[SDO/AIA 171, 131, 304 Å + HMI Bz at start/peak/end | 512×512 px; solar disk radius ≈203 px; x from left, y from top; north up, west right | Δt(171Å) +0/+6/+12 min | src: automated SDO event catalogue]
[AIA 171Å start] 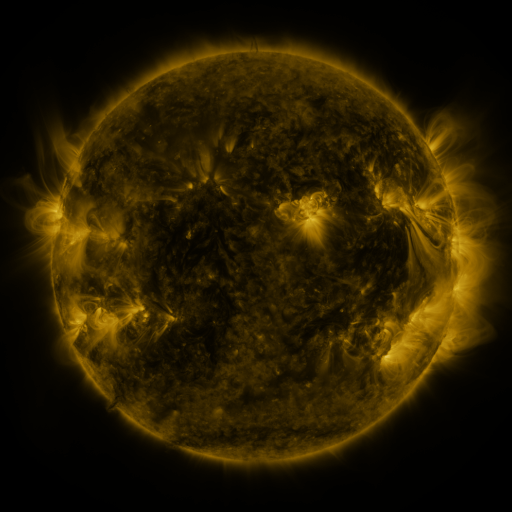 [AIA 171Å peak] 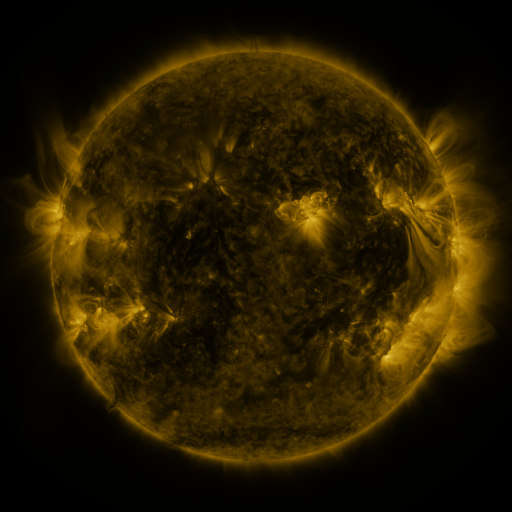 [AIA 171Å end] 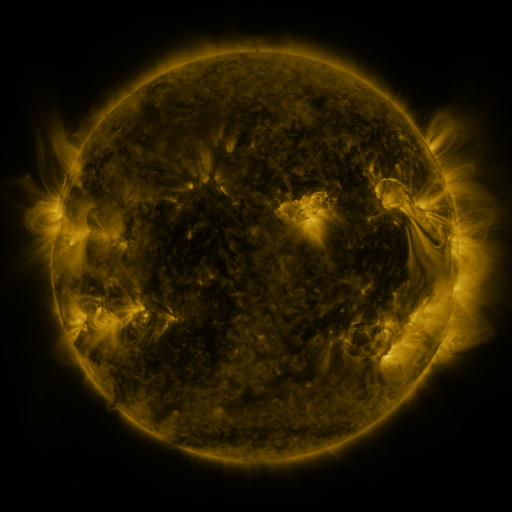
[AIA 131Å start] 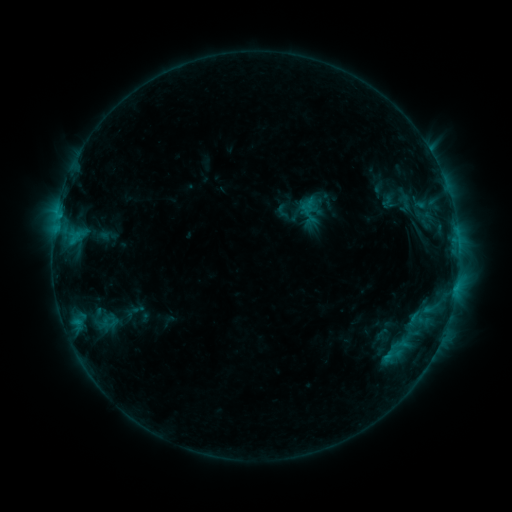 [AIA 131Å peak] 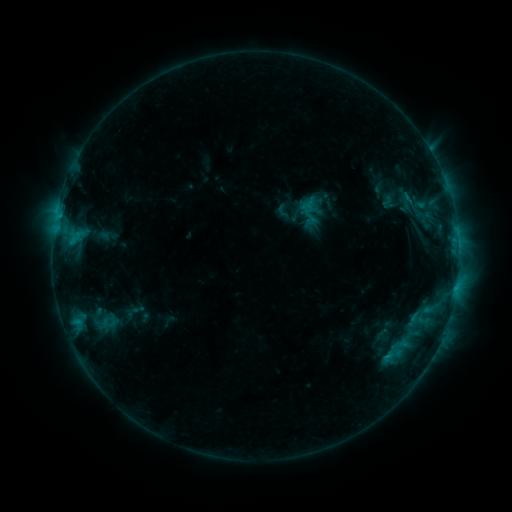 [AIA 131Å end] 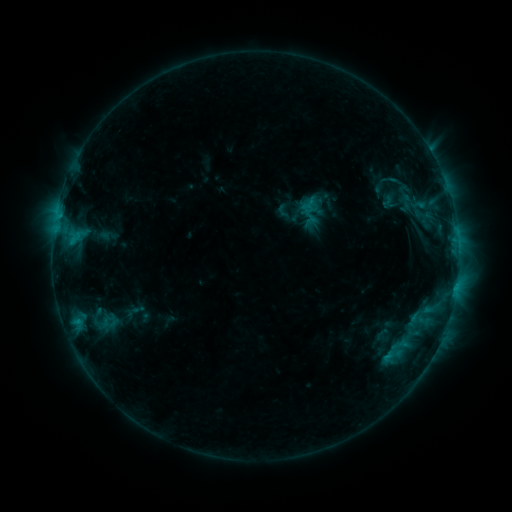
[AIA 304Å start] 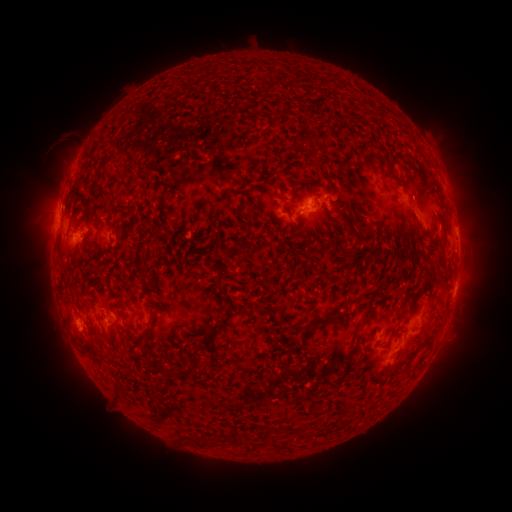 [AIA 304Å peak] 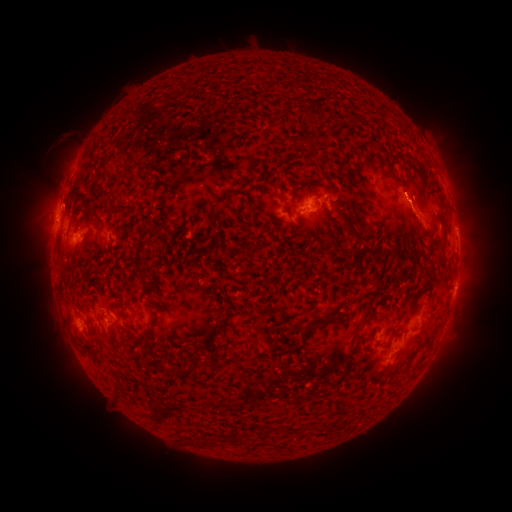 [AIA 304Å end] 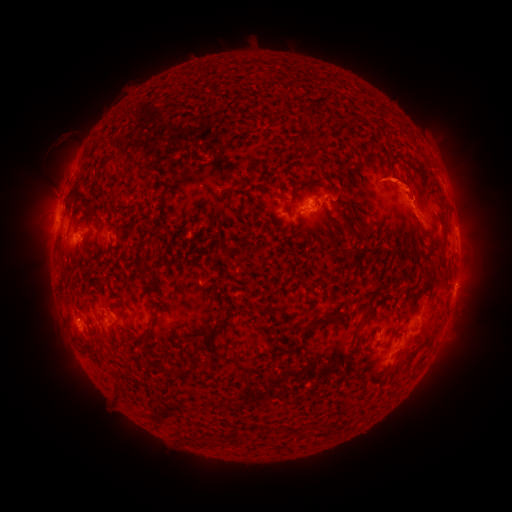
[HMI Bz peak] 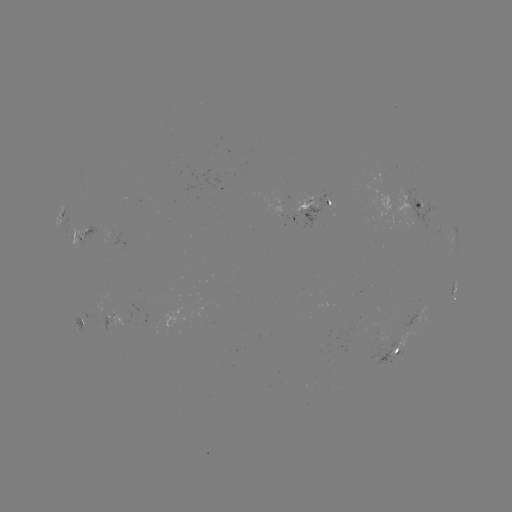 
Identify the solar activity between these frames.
eruption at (60, 197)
